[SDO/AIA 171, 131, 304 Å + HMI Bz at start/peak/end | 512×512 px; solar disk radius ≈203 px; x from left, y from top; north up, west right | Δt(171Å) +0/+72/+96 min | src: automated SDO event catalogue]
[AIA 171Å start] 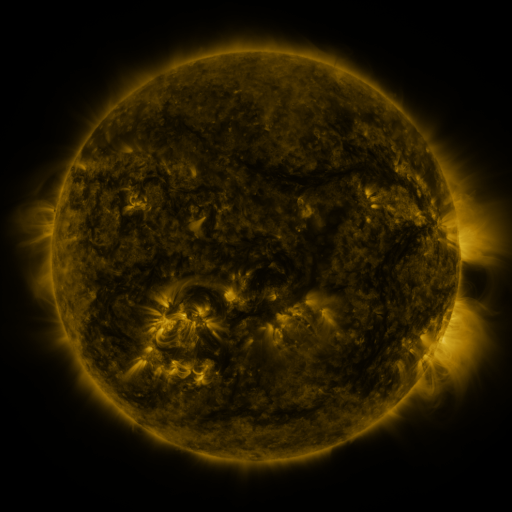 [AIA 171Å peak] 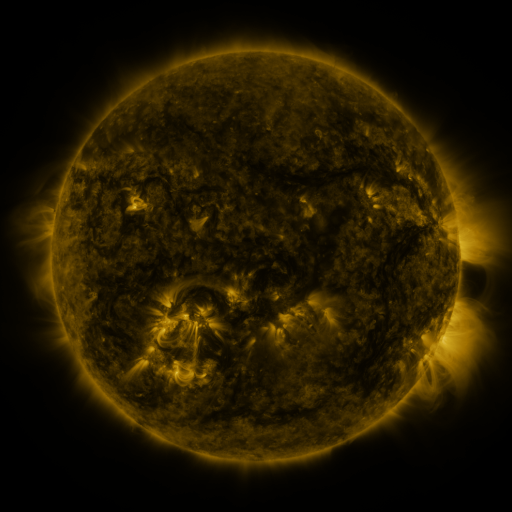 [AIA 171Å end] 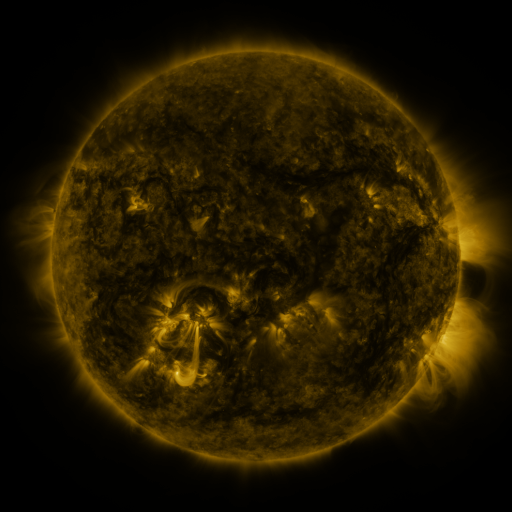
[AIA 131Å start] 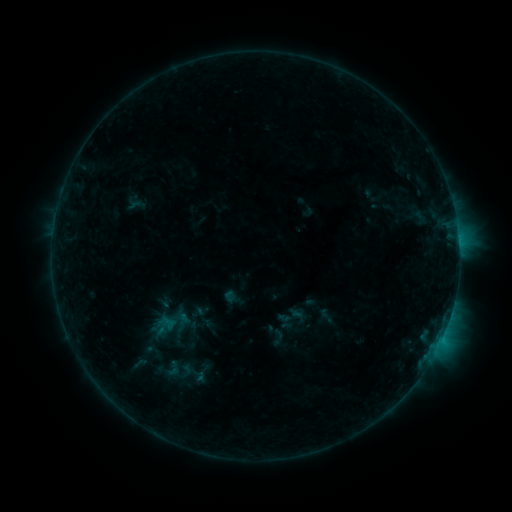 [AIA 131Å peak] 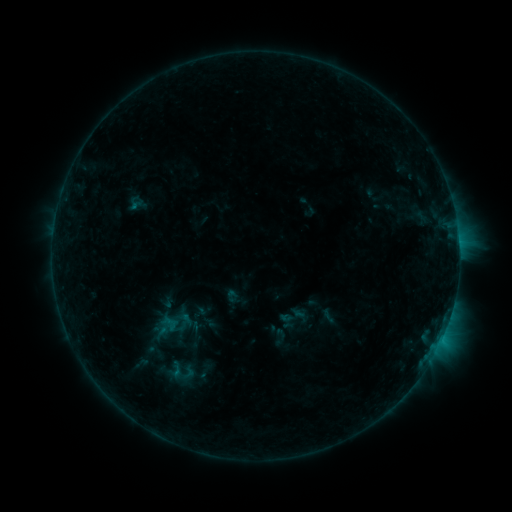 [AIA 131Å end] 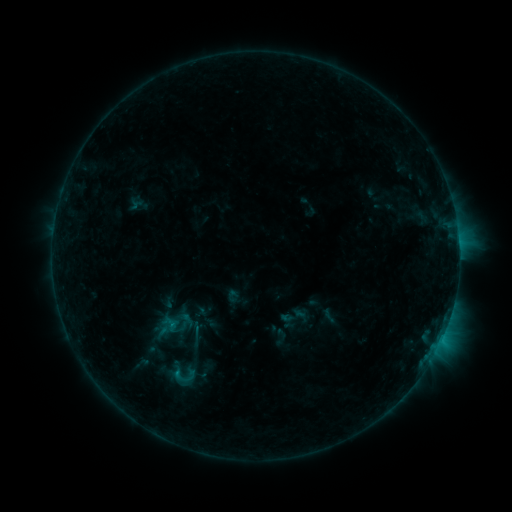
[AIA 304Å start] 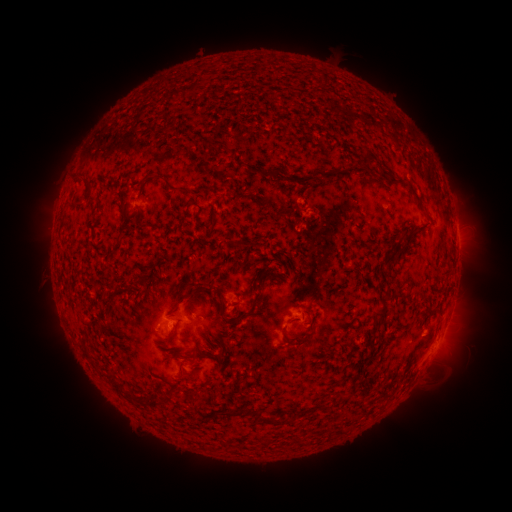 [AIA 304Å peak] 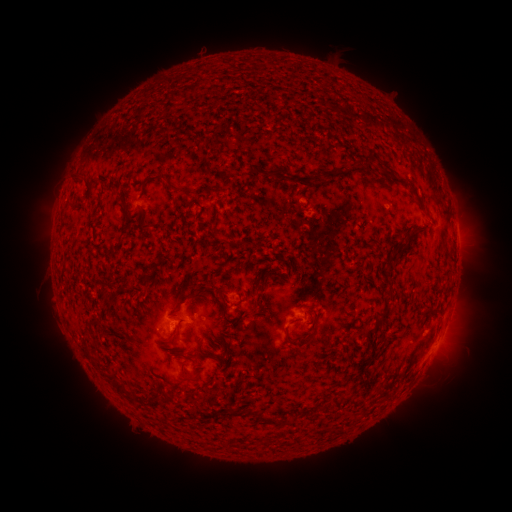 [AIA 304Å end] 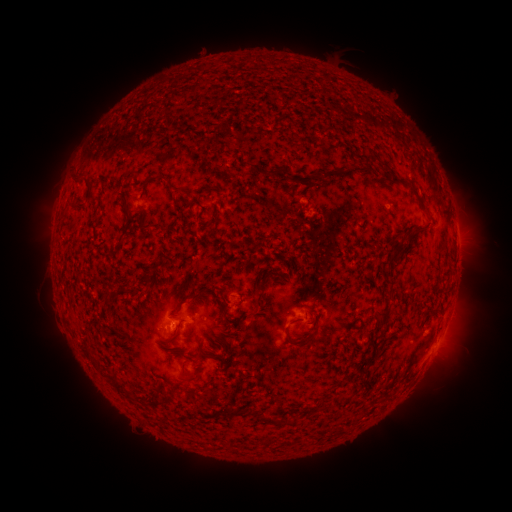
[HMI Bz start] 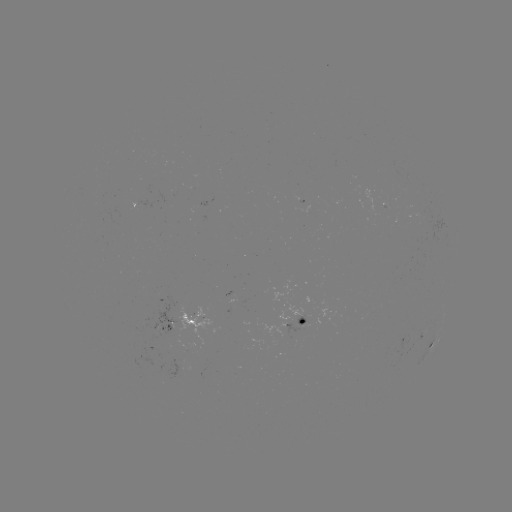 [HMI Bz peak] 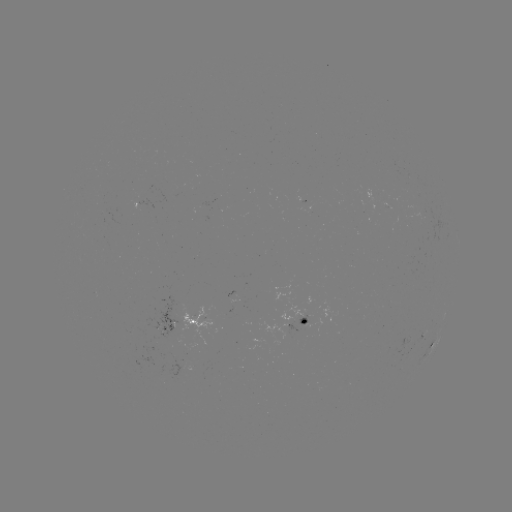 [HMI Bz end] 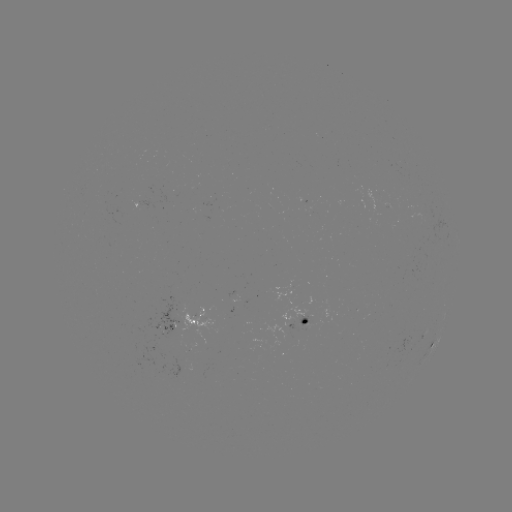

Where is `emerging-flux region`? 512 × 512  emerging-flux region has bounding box [267, 281, 302, 347].